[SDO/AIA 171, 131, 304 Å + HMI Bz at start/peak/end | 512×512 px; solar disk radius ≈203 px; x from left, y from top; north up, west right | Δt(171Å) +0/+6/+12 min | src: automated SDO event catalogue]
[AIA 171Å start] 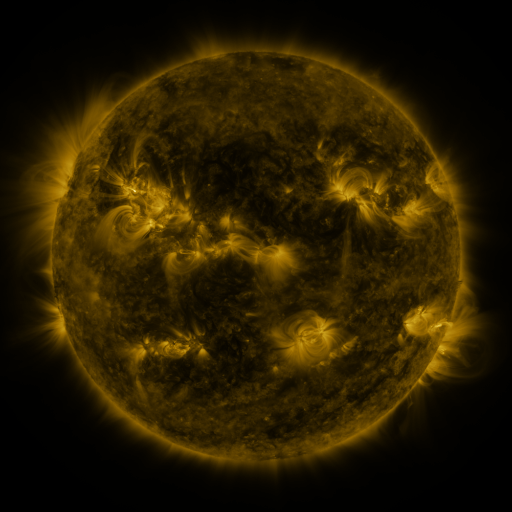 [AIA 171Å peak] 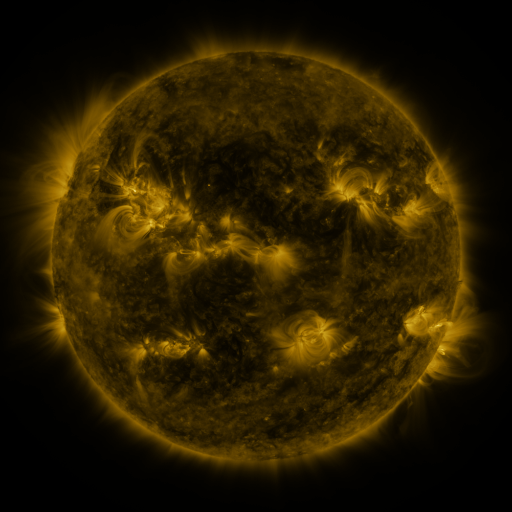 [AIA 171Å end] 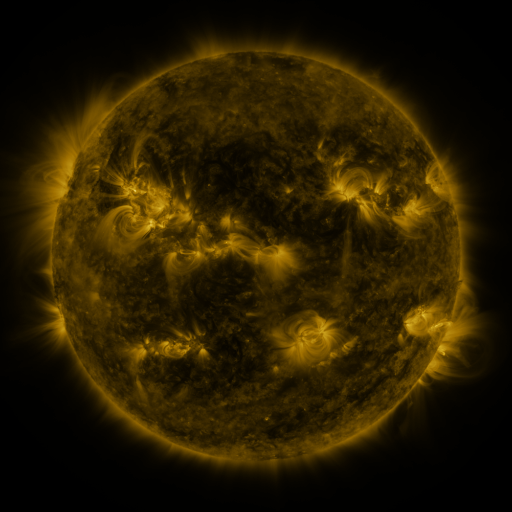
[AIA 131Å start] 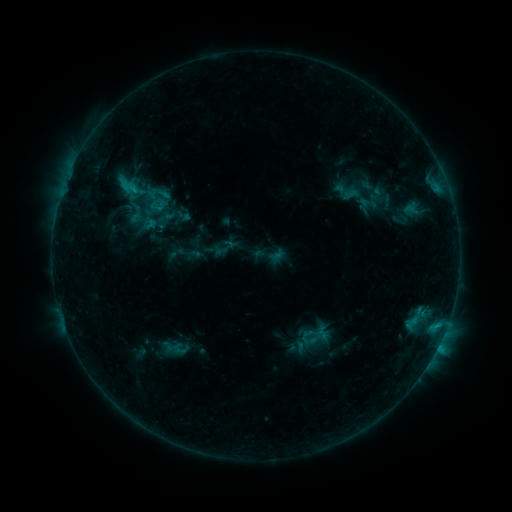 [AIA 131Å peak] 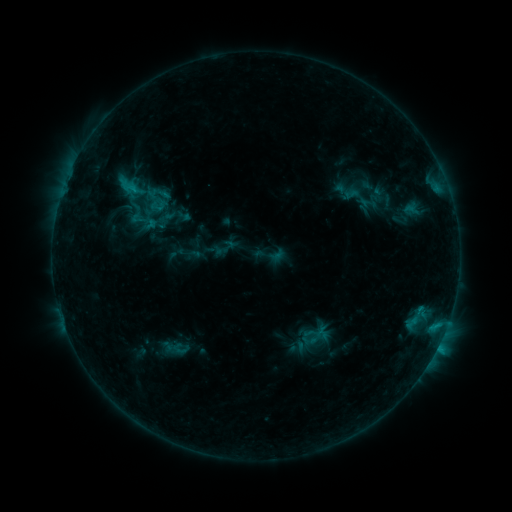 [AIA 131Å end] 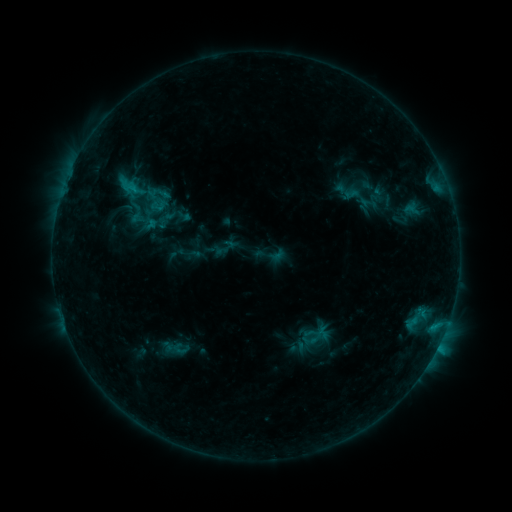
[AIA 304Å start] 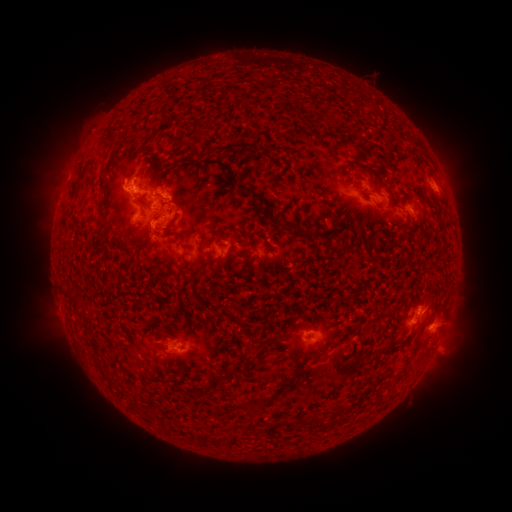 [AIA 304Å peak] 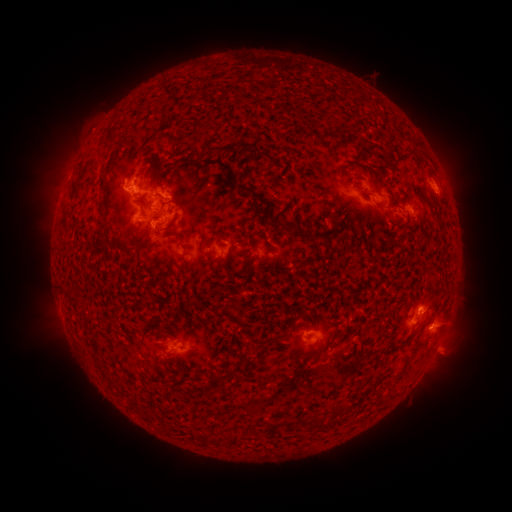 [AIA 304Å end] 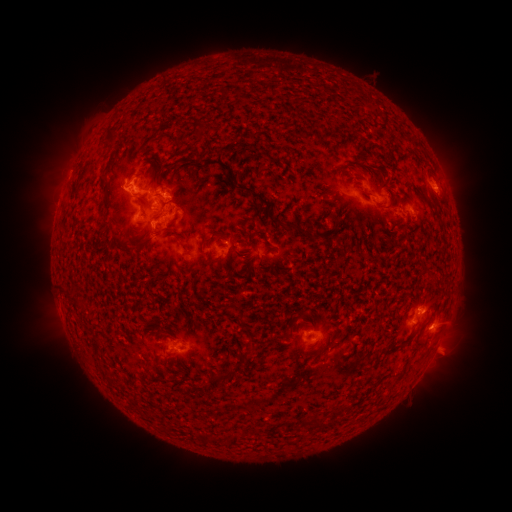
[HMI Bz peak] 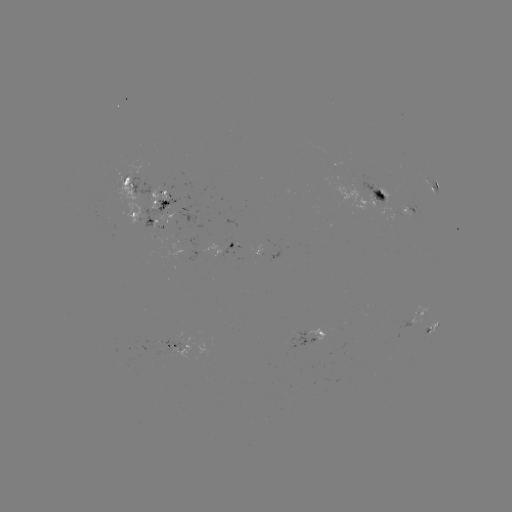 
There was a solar eruption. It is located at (425, 300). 